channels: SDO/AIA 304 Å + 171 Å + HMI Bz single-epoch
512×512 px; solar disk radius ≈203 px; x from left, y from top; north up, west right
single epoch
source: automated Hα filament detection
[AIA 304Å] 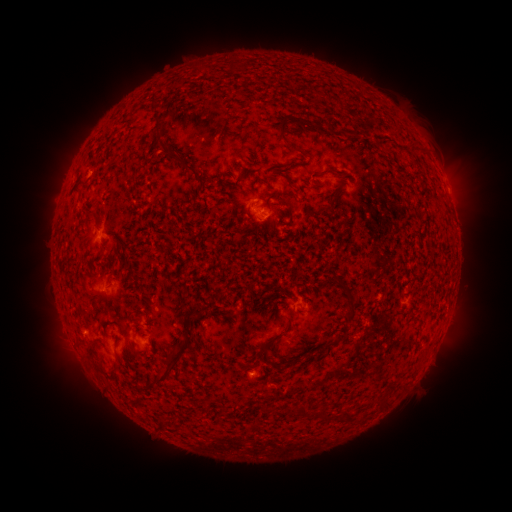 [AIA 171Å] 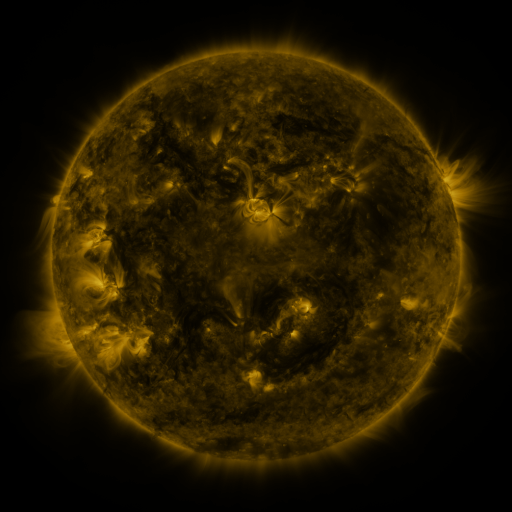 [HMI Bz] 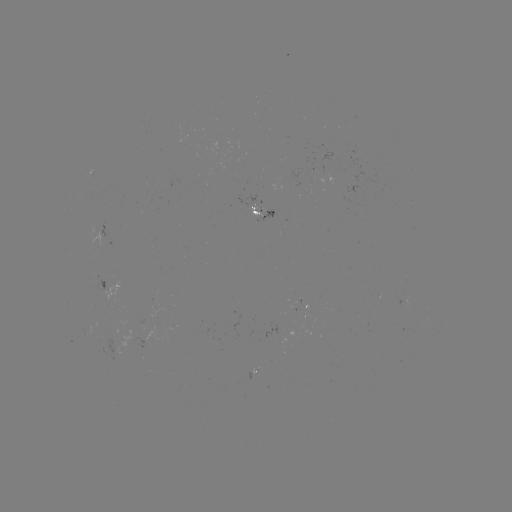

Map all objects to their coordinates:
filament: (200, 69)
filament: (157, 108)
filament: (284, 125)
filament: (161, 129)
filament: (186, 165)
filament: (325, 172)
filament: (264, 181)
filament: (87, 219)
filament: (88, 292)
filament: (352, 308)
filament: (198, 310)
filament: (93, 360)
filament: (169, 368)
filament: (384, 400)
filament: (287, 410)
filament: (304, 413)
filament: (323, 414)
filament: (347, 416)
